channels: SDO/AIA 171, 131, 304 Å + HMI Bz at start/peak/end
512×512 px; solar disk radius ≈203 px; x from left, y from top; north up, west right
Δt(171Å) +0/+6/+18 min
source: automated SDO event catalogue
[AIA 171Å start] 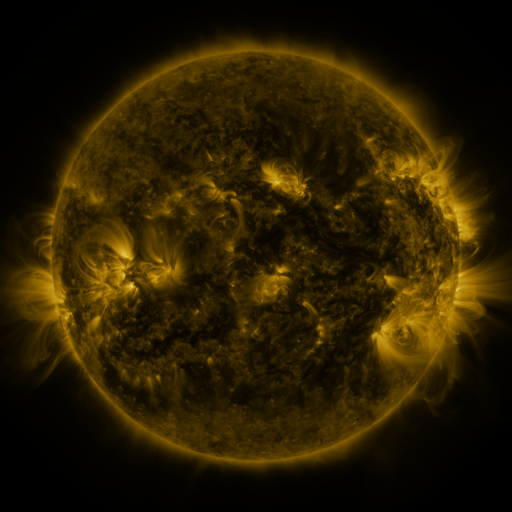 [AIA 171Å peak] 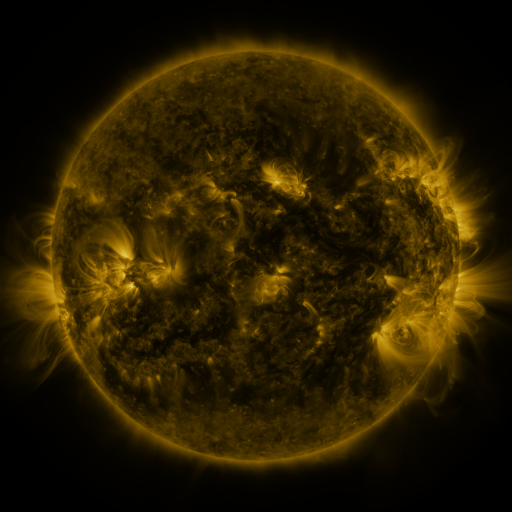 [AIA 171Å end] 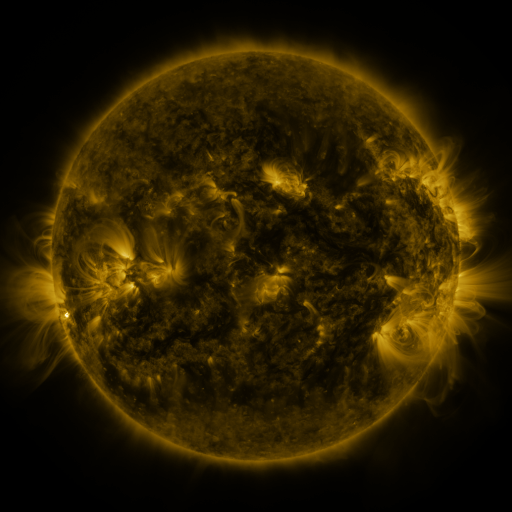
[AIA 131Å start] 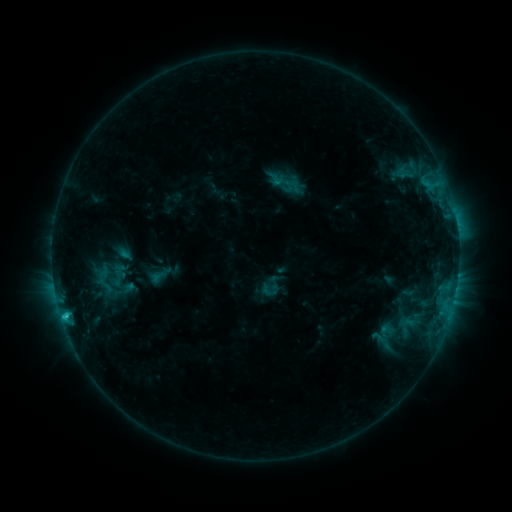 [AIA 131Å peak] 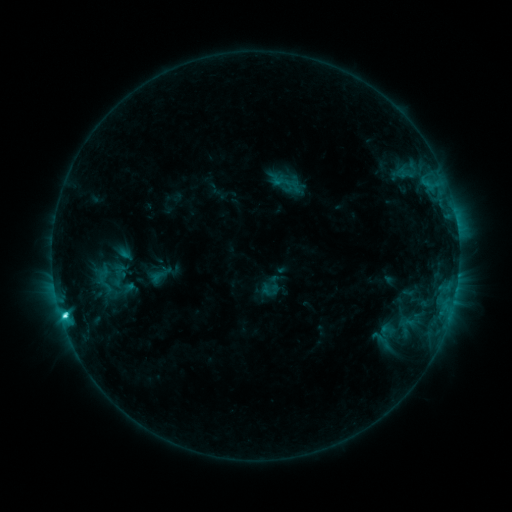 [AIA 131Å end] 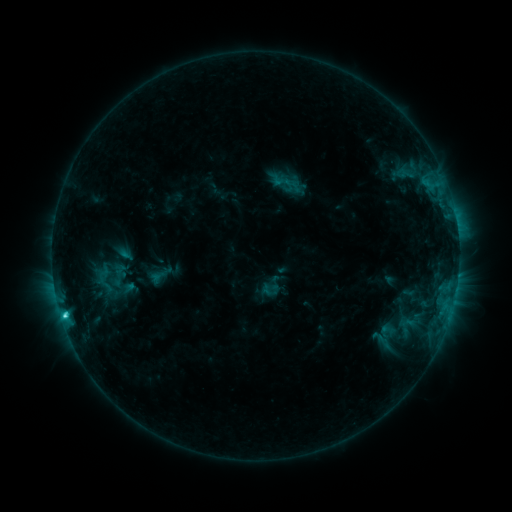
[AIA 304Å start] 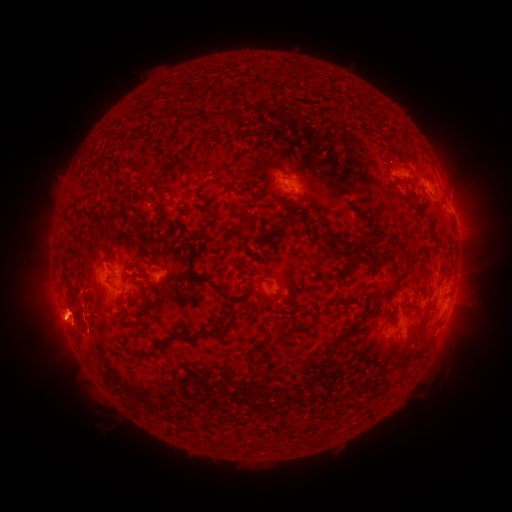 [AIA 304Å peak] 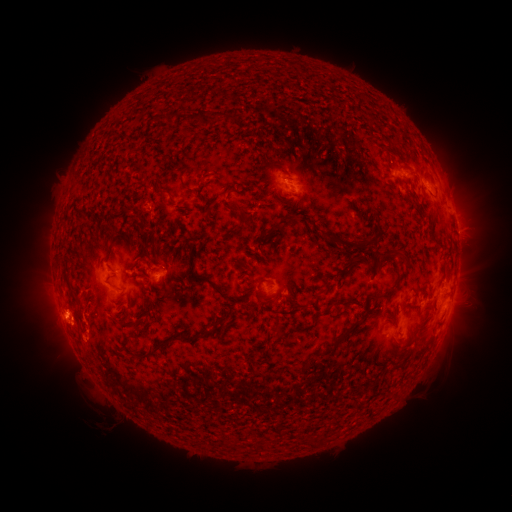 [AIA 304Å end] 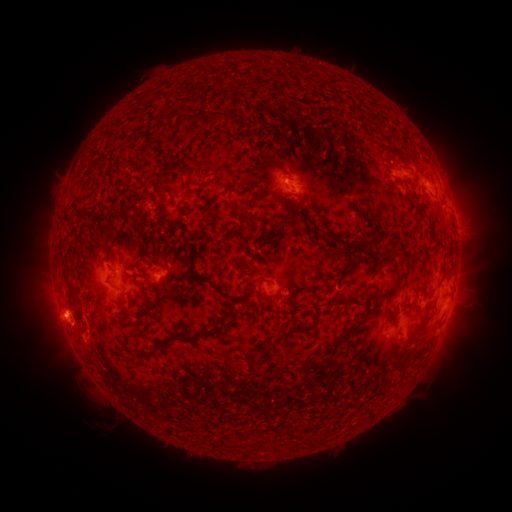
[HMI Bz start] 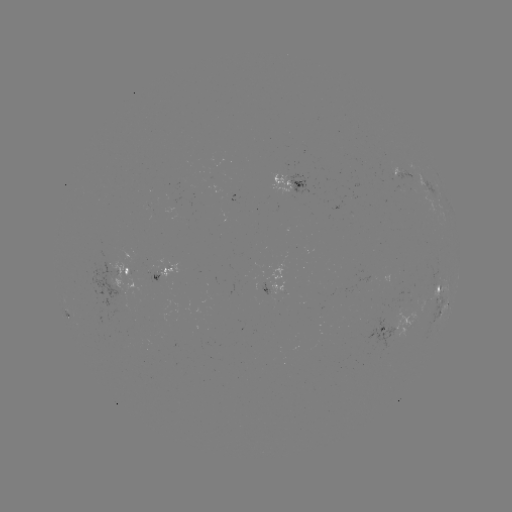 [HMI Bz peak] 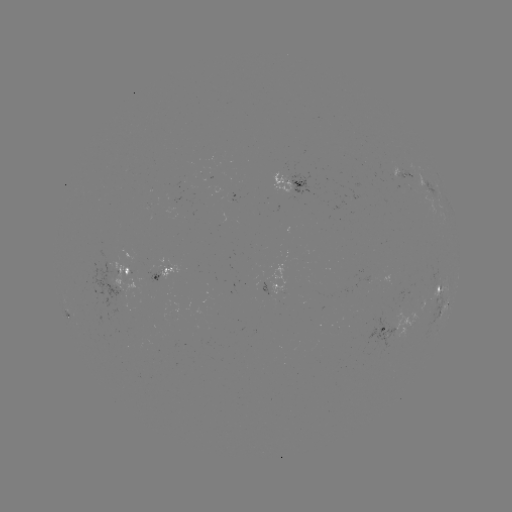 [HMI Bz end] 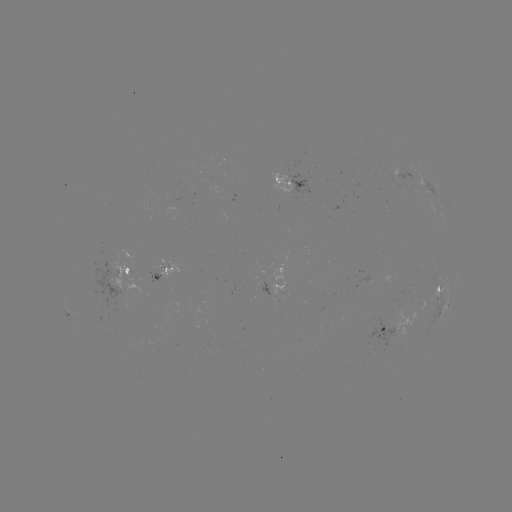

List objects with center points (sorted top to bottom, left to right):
C3.4 flare: (65, 314)
